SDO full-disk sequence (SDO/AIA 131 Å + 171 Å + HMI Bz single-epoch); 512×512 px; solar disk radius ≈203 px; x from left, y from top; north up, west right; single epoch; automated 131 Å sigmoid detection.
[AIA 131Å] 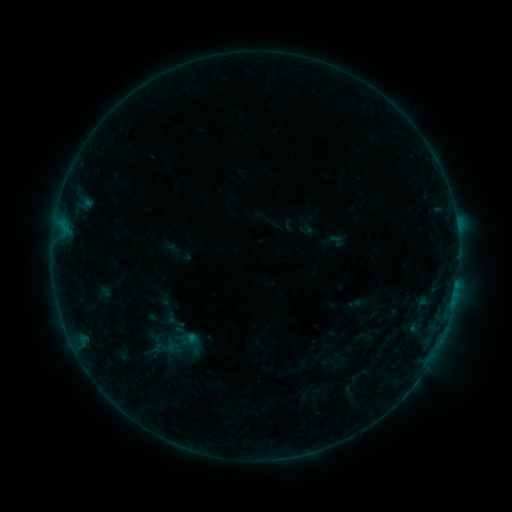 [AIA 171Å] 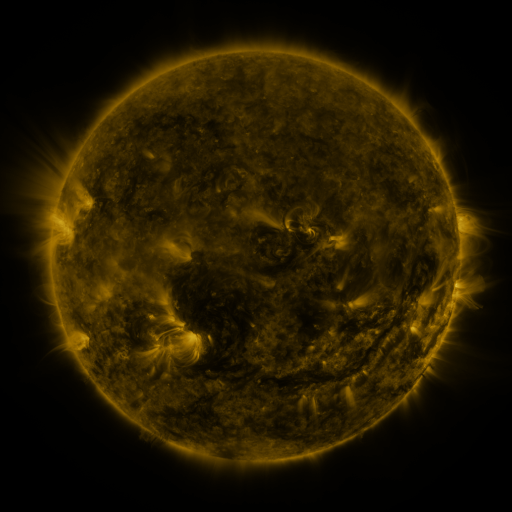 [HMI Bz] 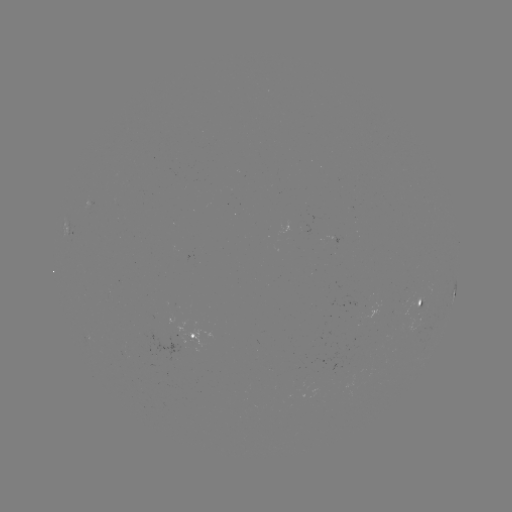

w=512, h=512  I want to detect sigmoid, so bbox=[164, 312, 187, 332].